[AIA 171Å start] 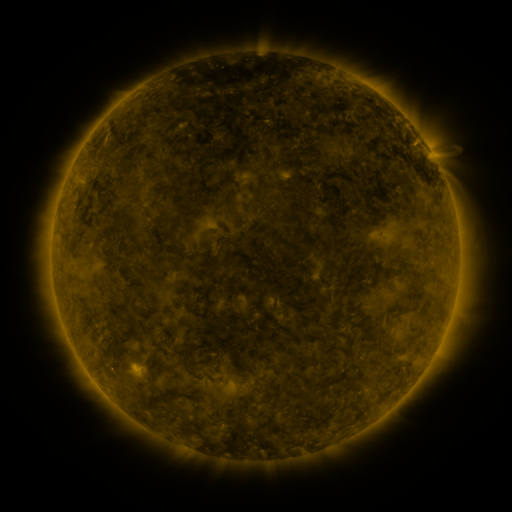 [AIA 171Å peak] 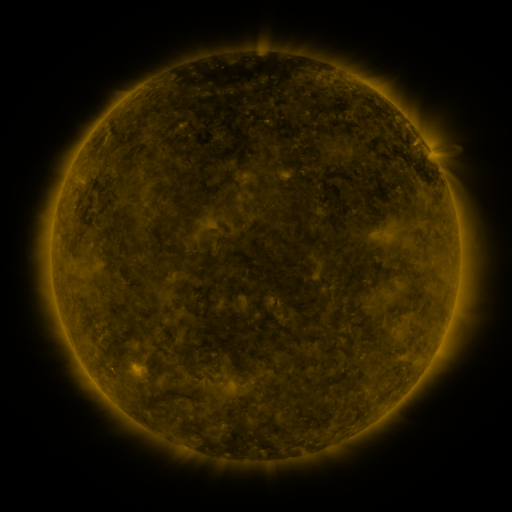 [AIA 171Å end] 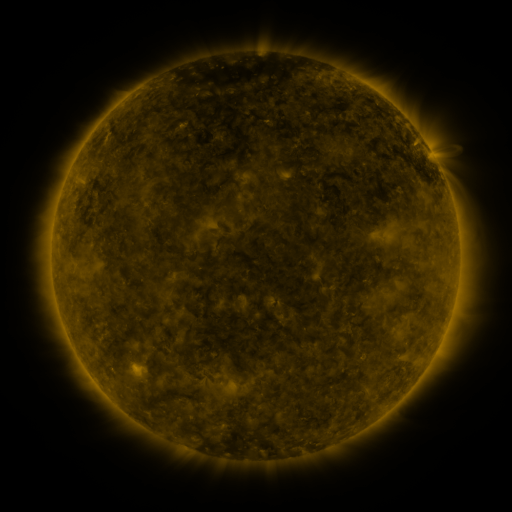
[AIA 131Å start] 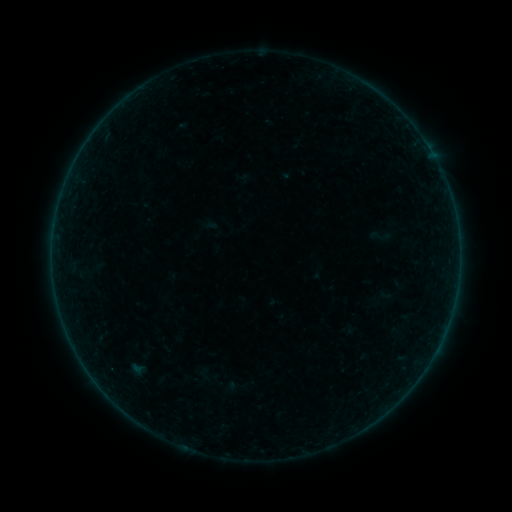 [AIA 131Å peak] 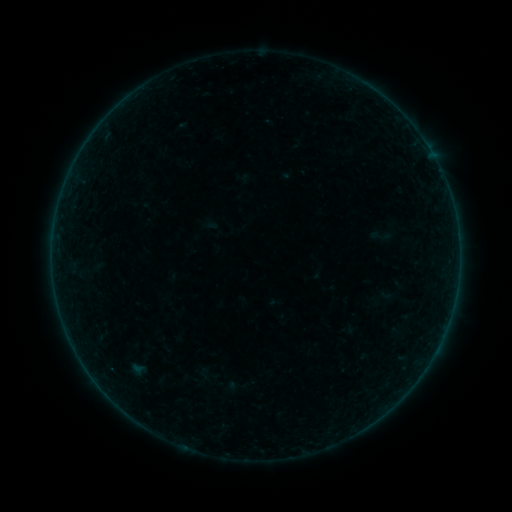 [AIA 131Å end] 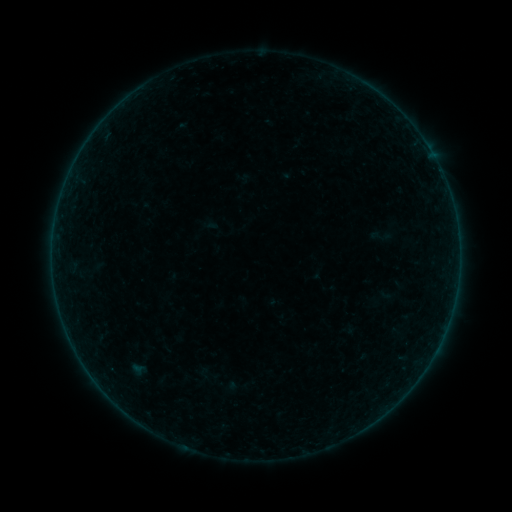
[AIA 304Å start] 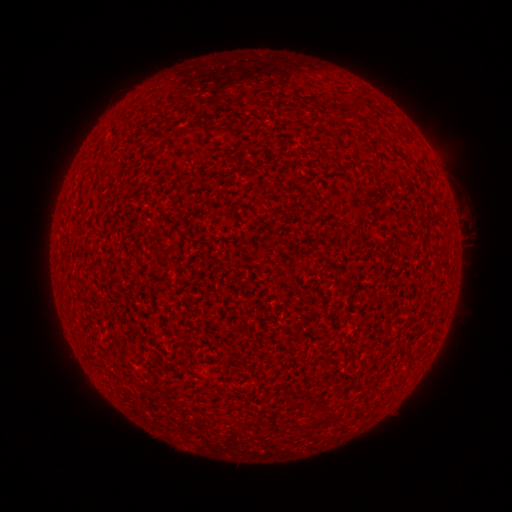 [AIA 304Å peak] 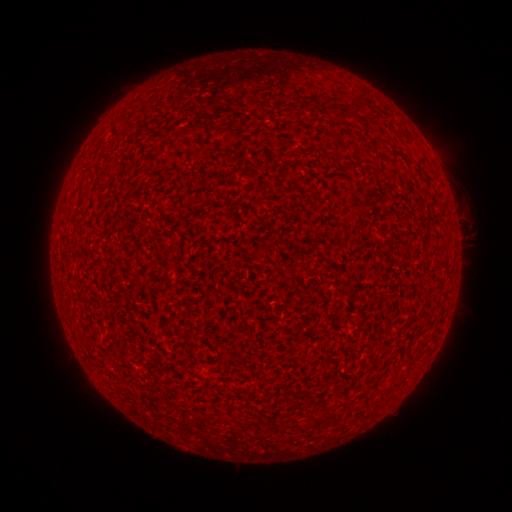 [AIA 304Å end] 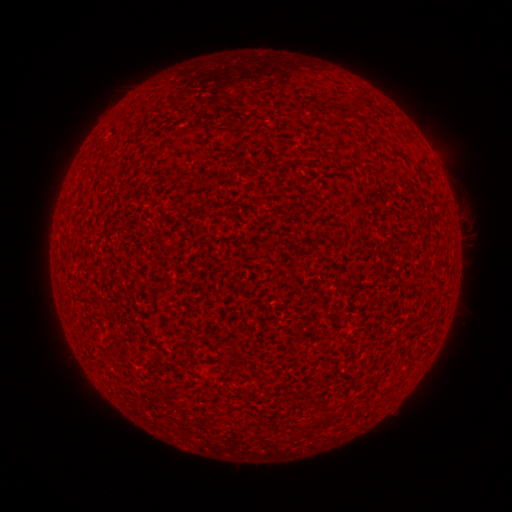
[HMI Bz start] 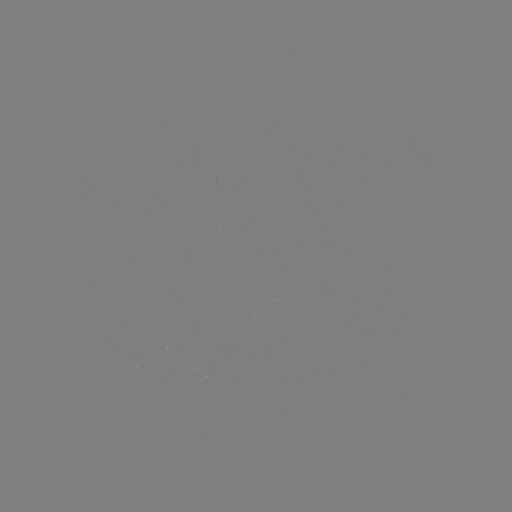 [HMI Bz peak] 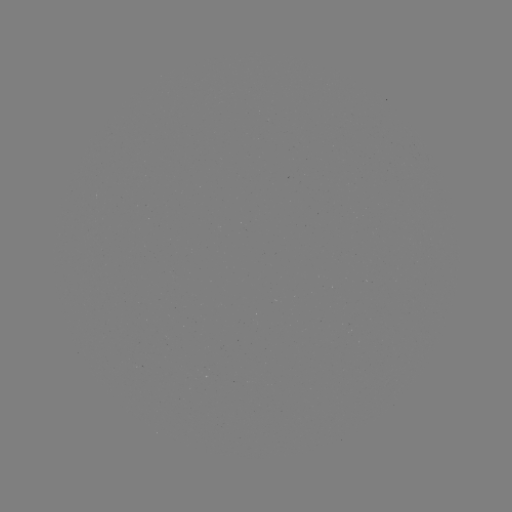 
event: flare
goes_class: A8.0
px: (77, 352)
